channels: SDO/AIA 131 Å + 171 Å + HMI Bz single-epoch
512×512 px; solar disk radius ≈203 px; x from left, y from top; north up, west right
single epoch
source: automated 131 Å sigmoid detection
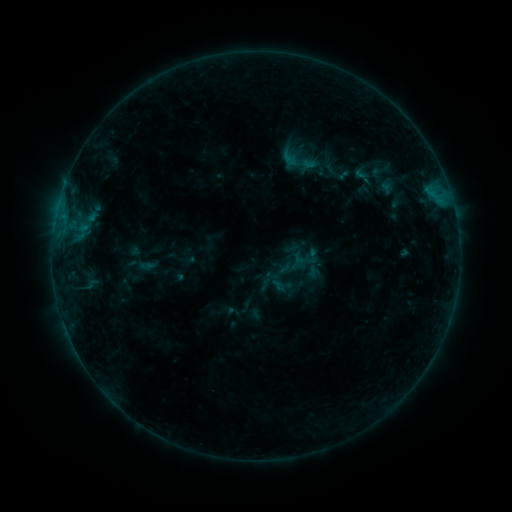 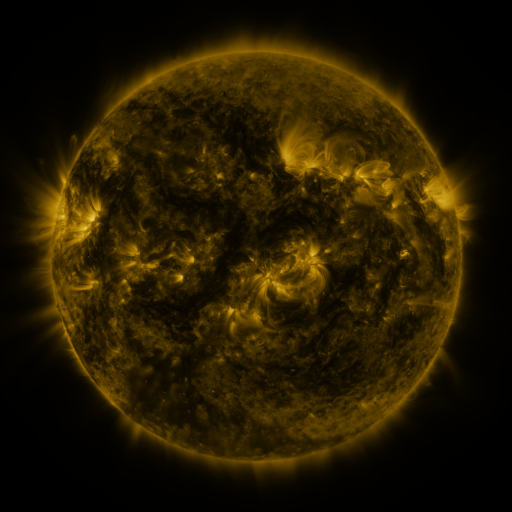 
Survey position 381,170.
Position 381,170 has sigmoid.